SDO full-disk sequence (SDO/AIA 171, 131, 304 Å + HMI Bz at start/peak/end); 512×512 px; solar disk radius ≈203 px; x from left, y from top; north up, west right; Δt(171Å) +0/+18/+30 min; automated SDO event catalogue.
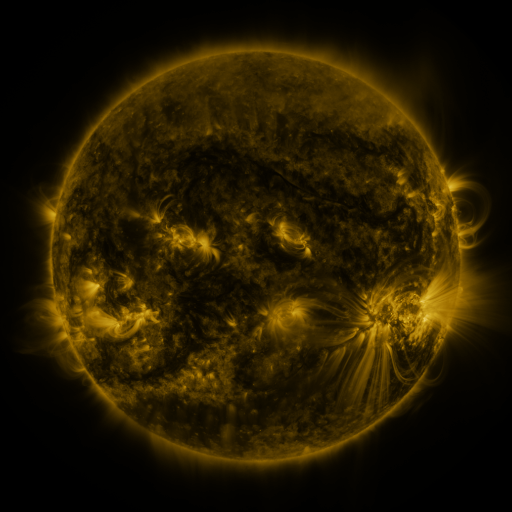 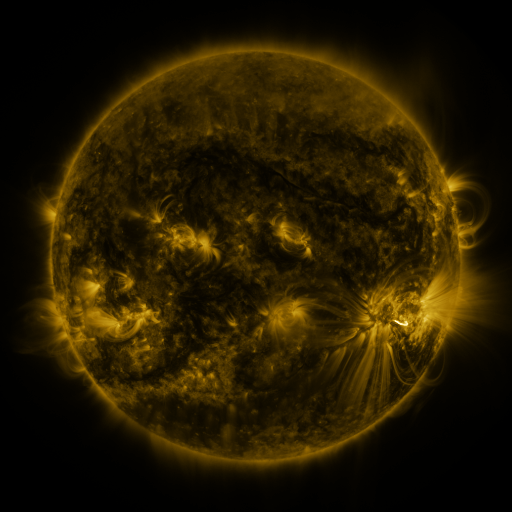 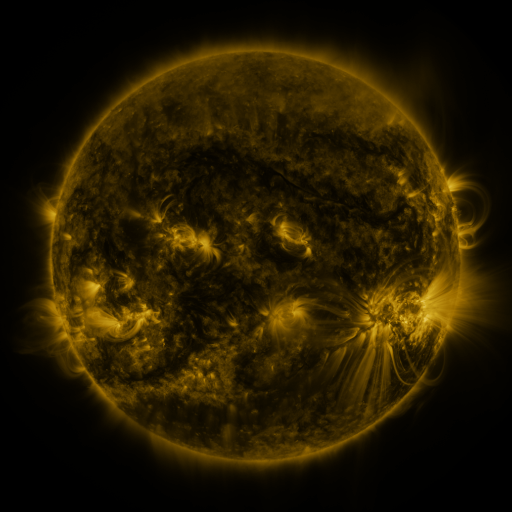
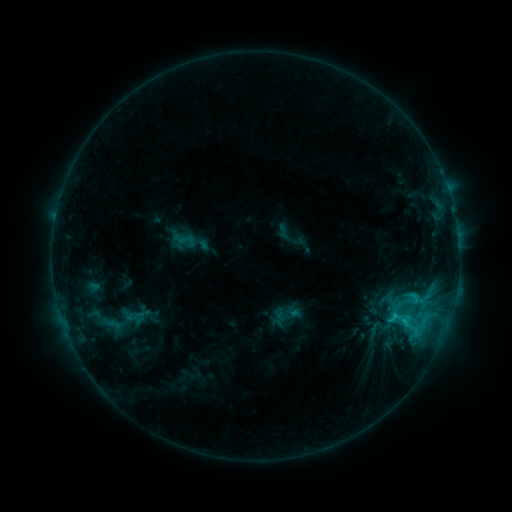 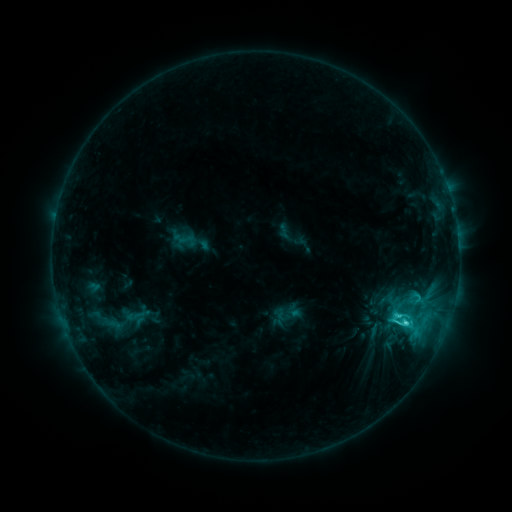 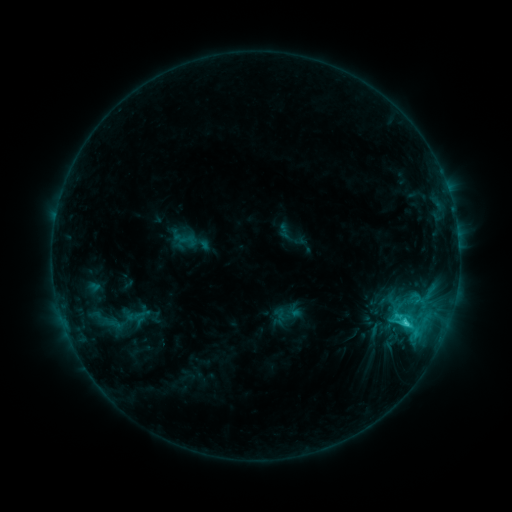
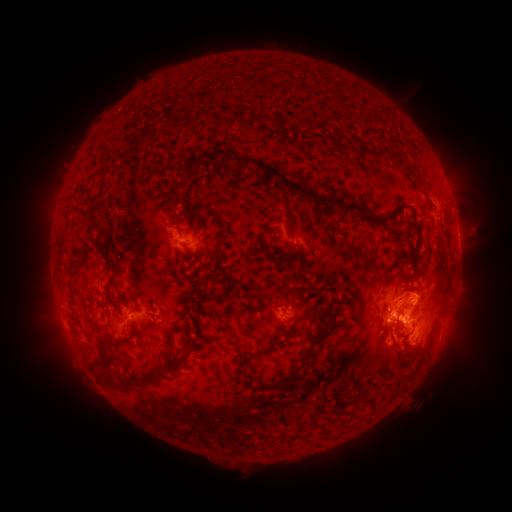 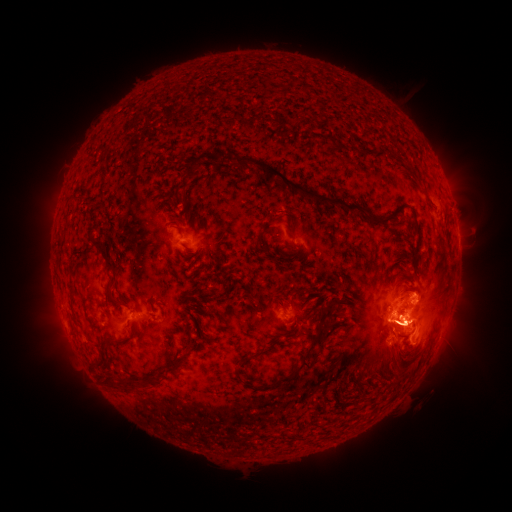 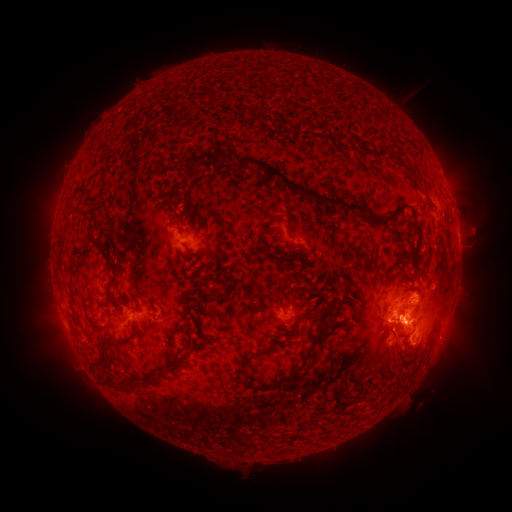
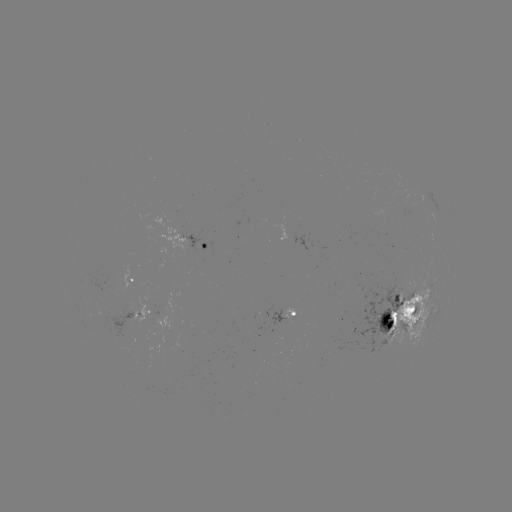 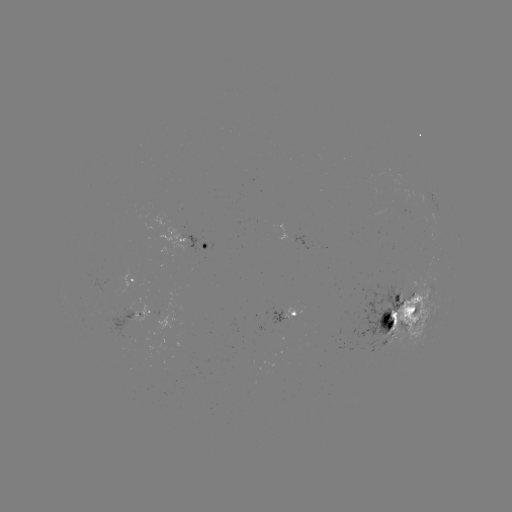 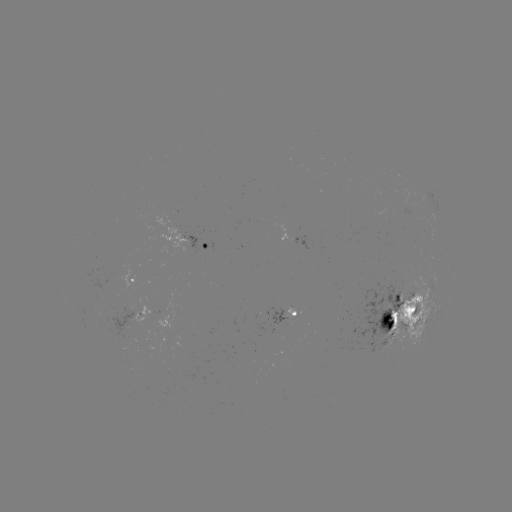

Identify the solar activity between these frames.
C4.9 flare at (406, 322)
